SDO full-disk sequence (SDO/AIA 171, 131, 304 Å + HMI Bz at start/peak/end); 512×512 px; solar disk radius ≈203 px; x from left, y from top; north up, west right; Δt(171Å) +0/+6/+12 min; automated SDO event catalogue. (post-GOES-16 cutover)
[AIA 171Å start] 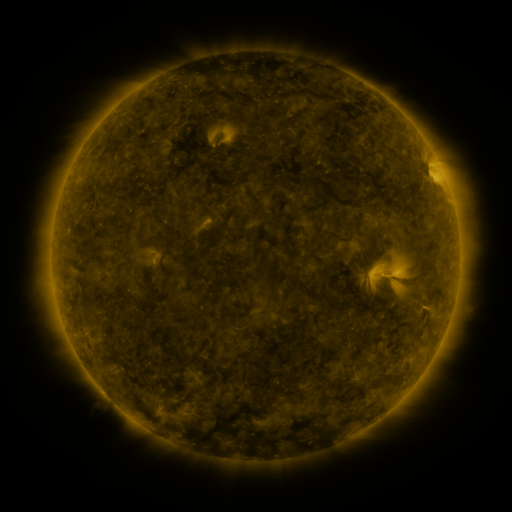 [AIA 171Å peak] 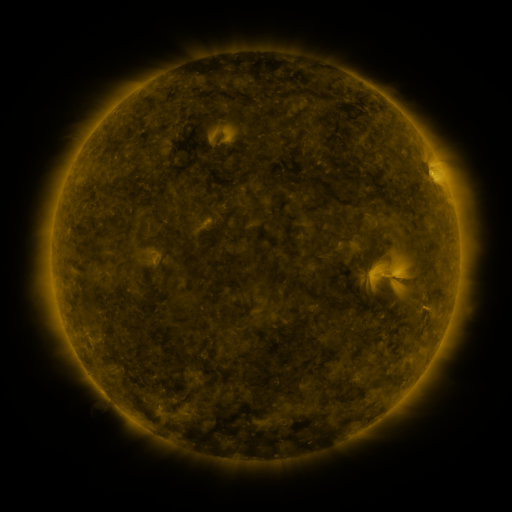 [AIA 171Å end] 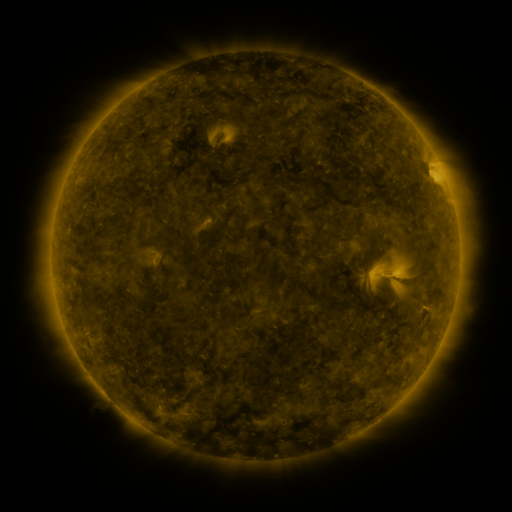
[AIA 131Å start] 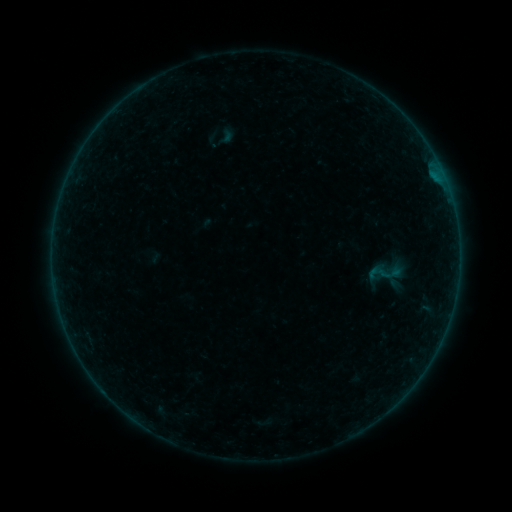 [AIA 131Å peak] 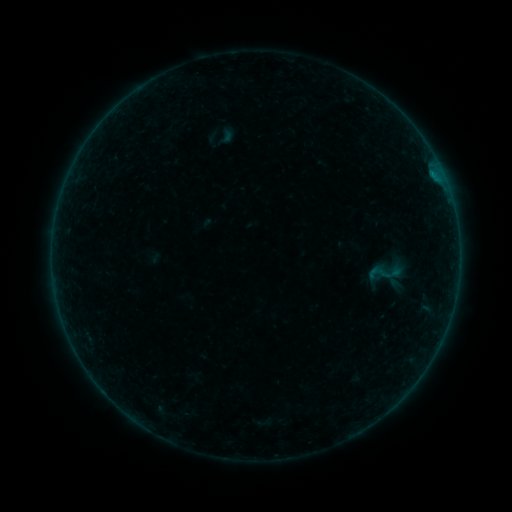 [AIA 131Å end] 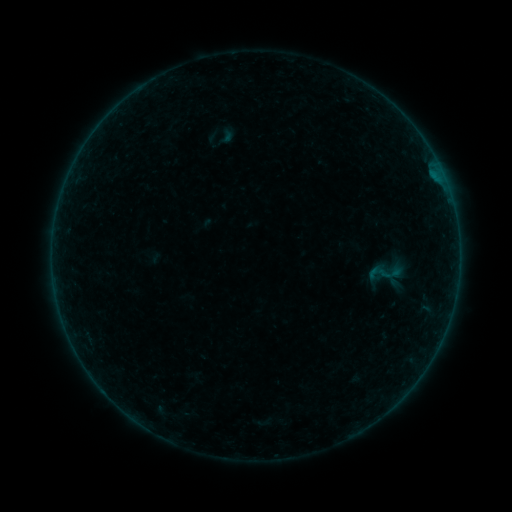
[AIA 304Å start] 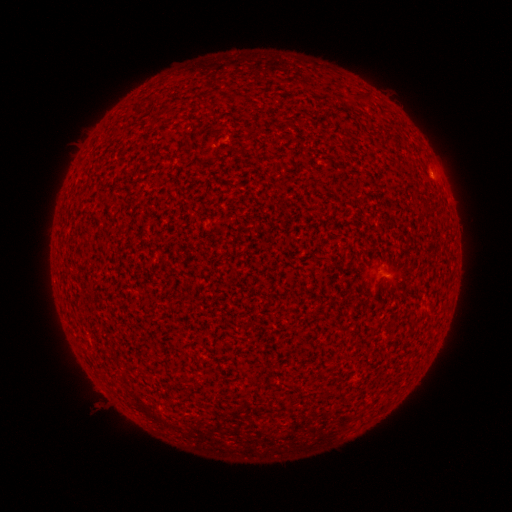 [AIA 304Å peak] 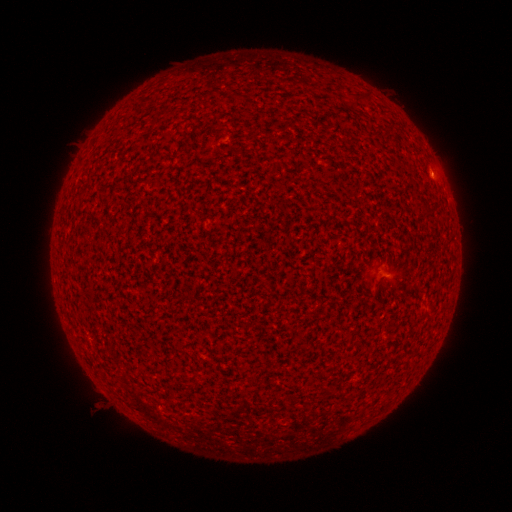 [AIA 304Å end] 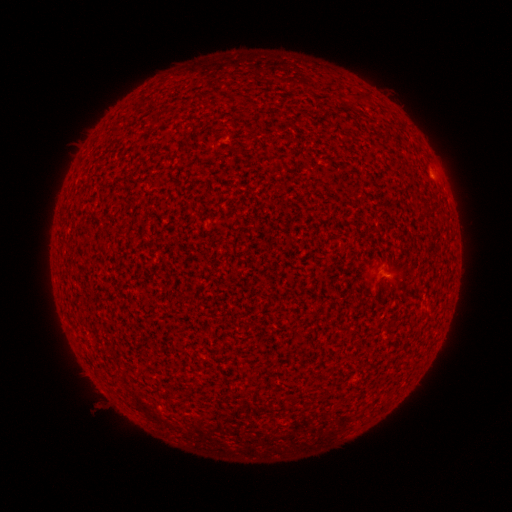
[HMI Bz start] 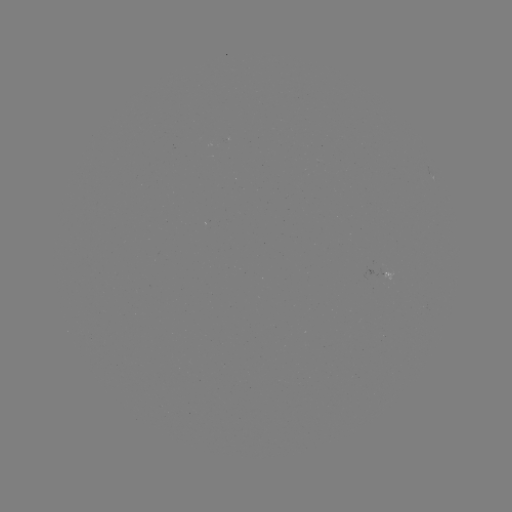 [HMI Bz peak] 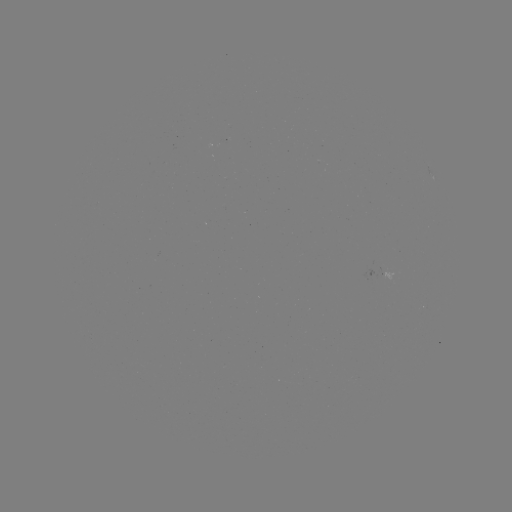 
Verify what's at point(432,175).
A2.8 flare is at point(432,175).